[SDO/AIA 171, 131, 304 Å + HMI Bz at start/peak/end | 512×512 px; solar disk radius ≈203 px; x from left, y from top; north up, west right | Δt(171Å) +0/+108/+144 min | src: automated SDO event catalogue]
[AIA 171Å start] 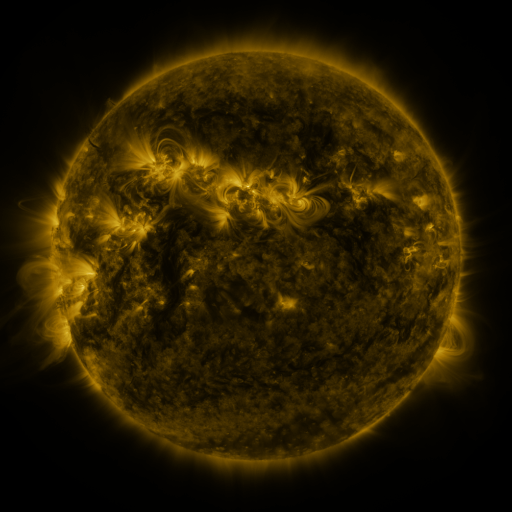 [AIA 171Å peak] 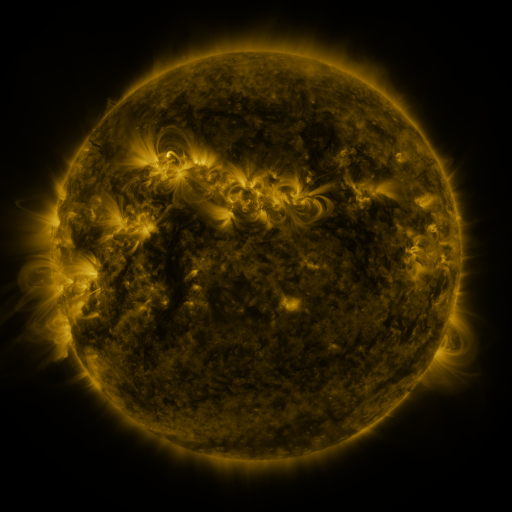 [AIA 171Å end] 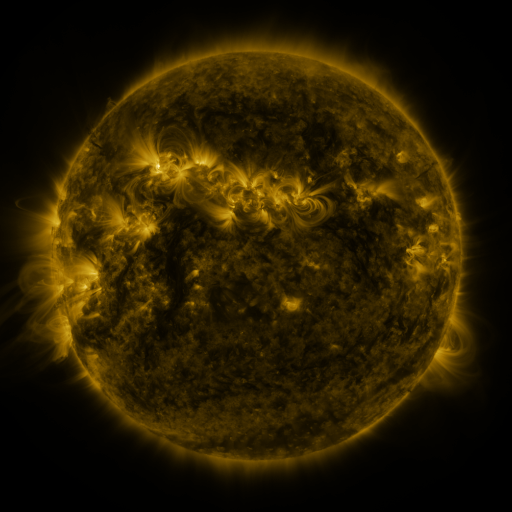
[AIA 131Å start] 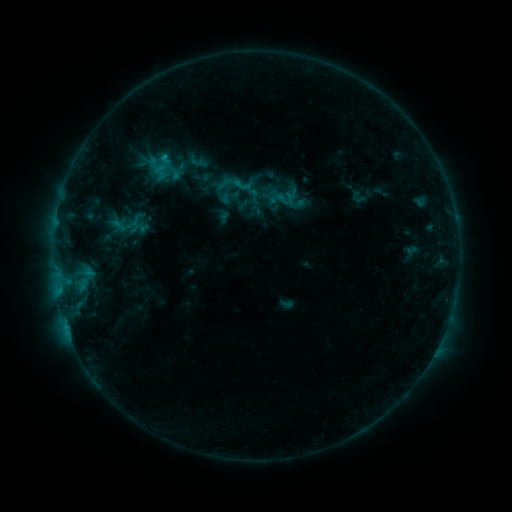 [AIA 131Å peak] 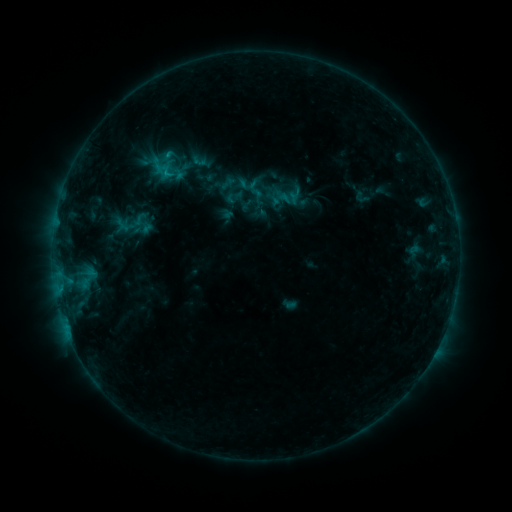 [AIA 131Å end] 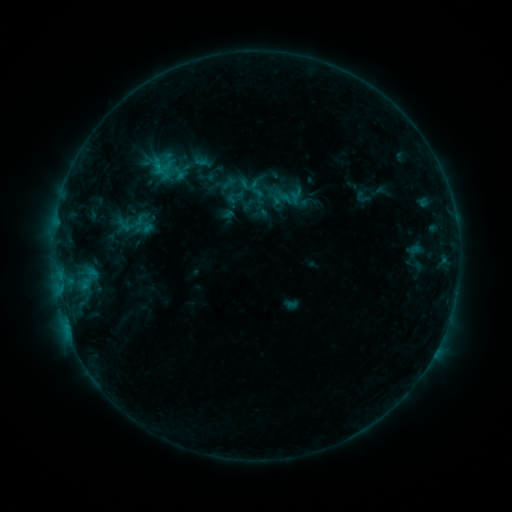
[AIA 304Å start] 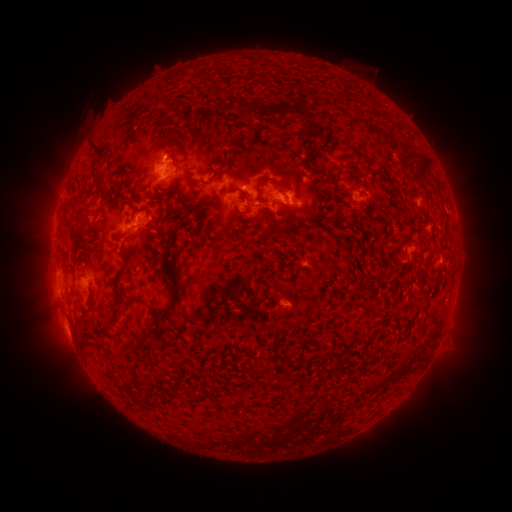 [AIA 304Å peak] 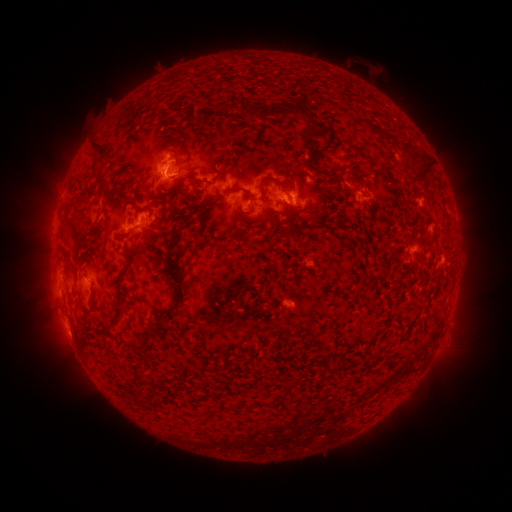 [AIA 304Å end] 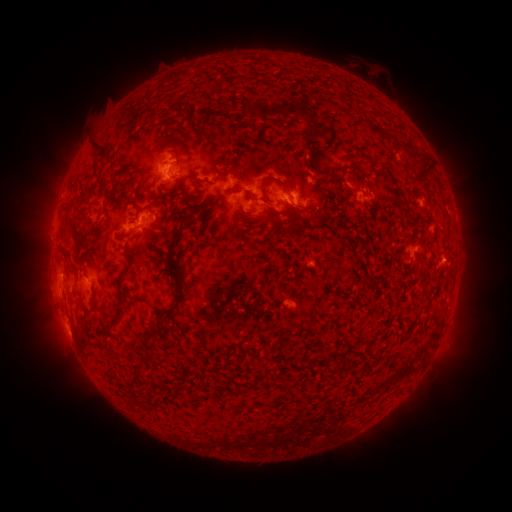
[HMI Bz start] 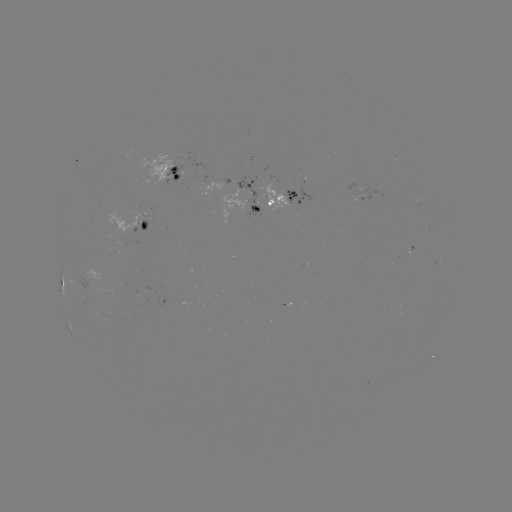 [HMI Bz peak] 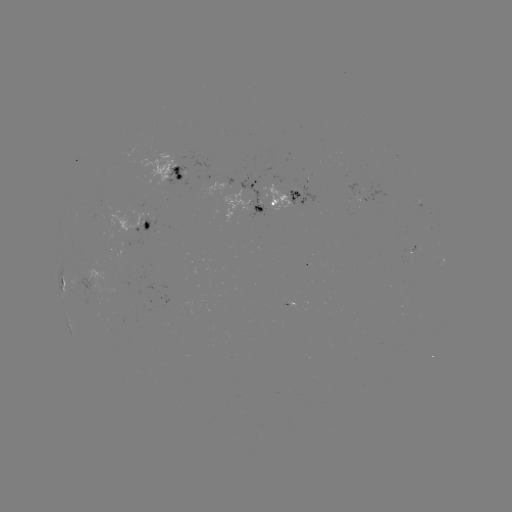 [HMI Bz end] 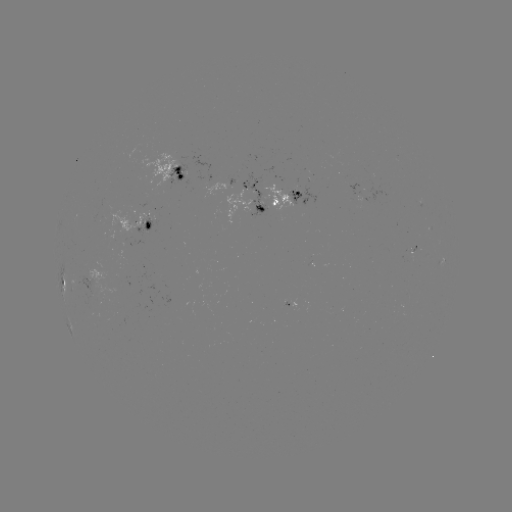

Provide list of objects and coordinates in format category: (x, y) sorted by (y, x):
emerging-flux region: (409, 252)
